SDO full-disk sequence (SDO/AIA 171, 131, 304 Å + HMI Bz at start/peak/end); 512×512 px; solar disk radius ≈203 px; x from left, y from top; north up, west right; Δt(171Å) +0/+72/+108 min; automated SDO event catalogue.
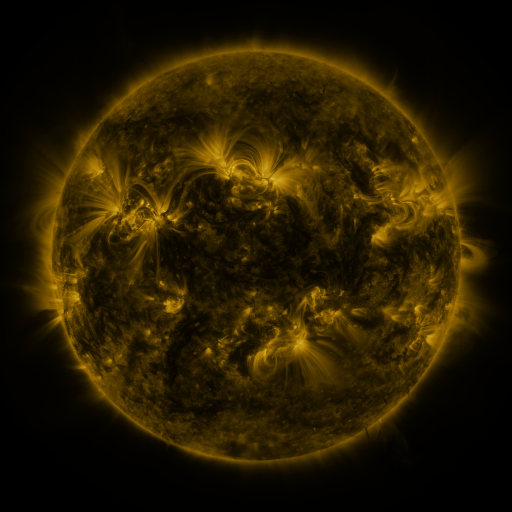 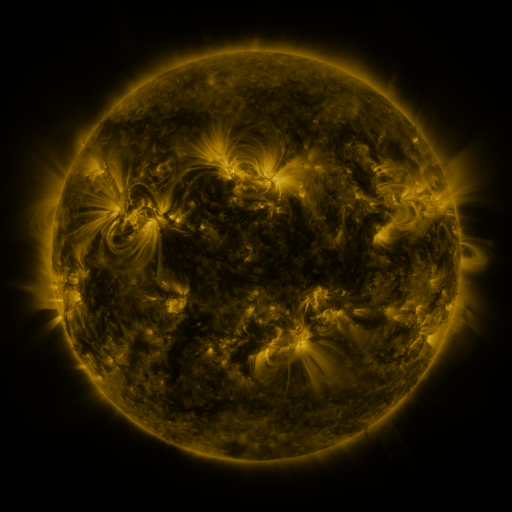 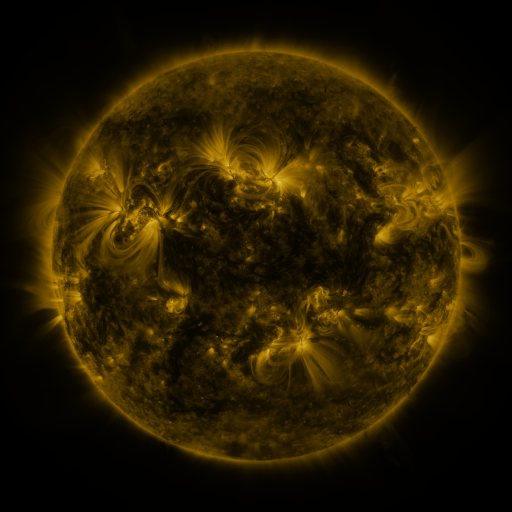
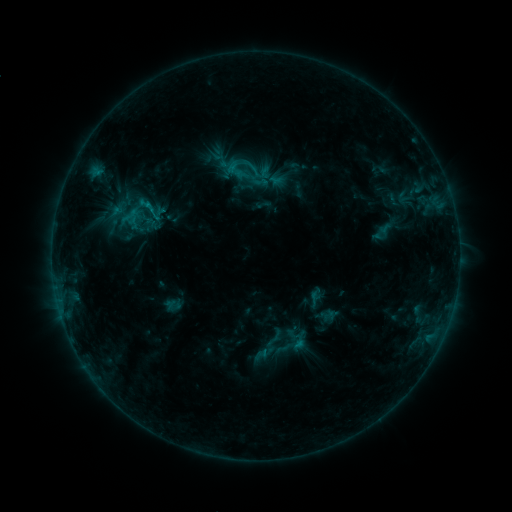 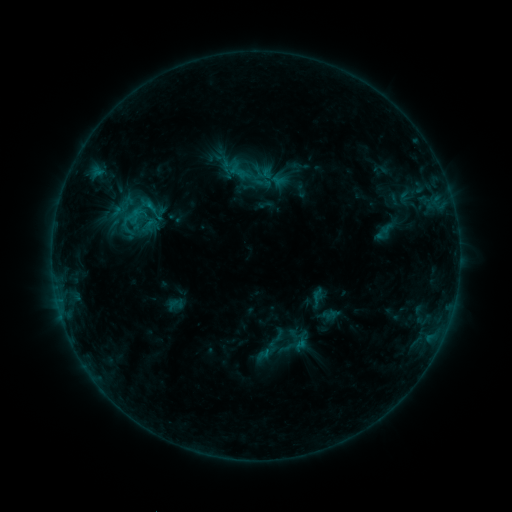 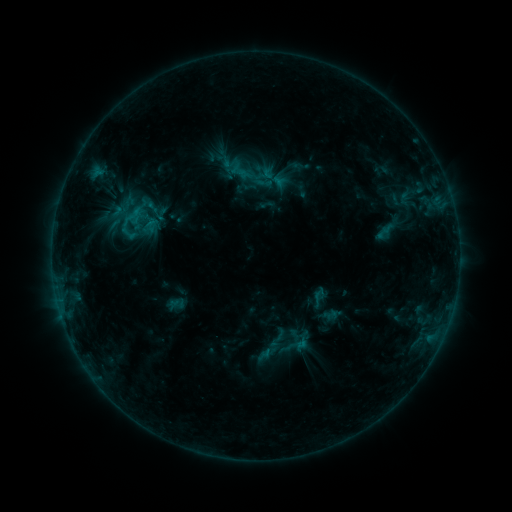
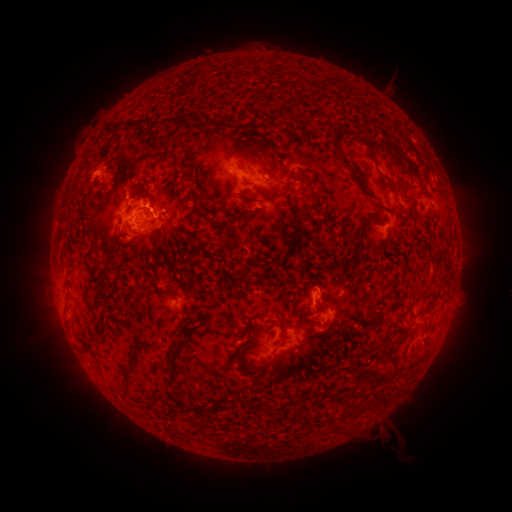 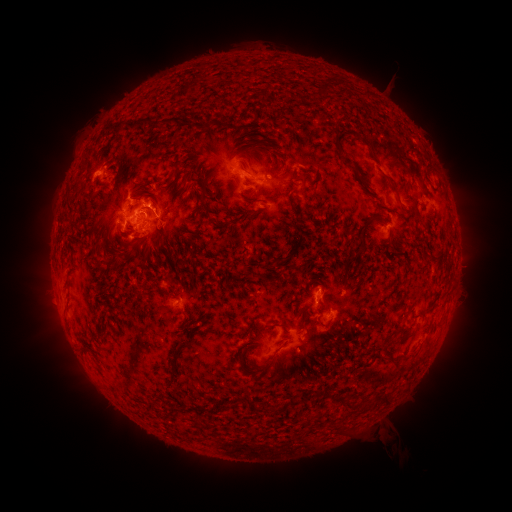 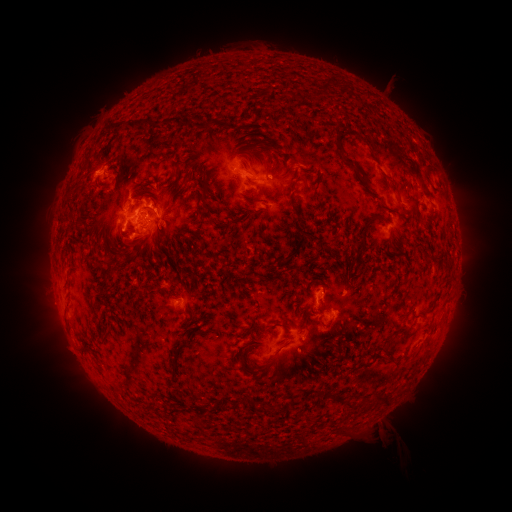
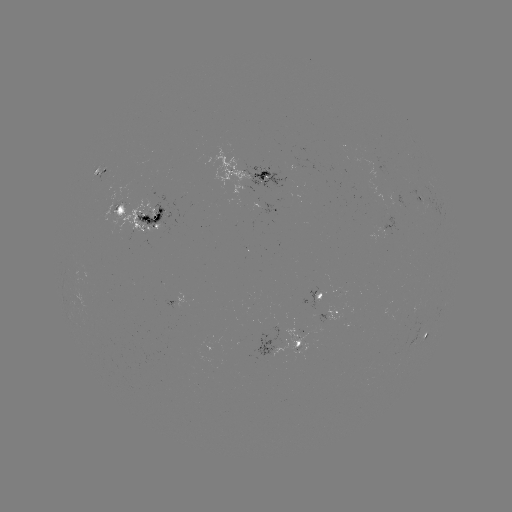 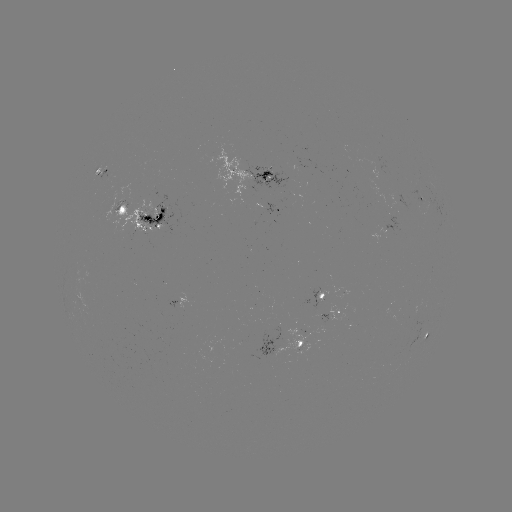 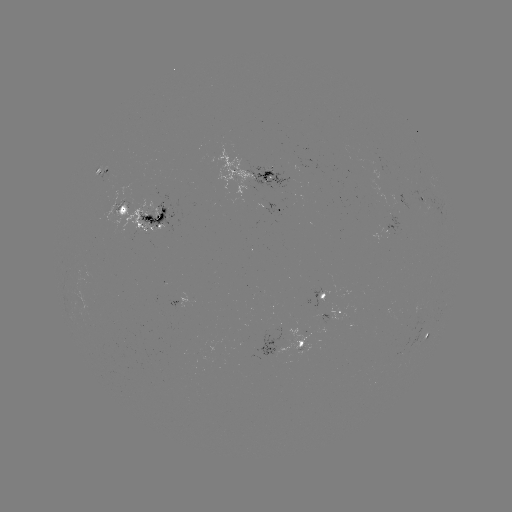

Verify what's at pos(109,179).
emerging-flux region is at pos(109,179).